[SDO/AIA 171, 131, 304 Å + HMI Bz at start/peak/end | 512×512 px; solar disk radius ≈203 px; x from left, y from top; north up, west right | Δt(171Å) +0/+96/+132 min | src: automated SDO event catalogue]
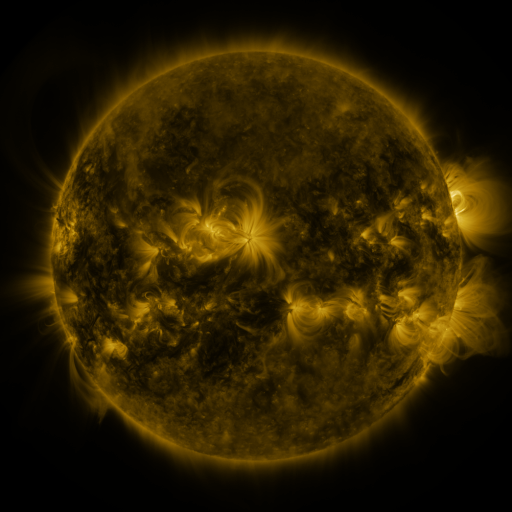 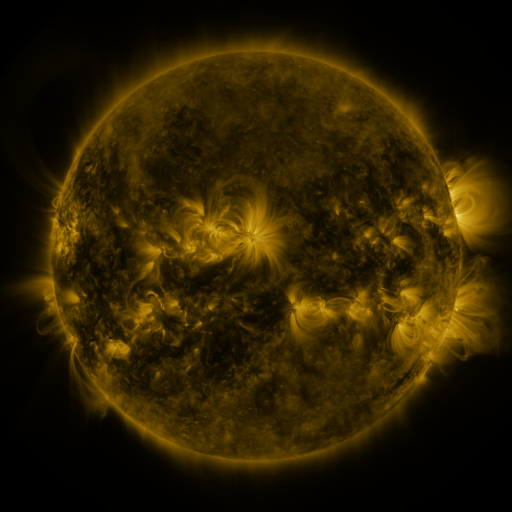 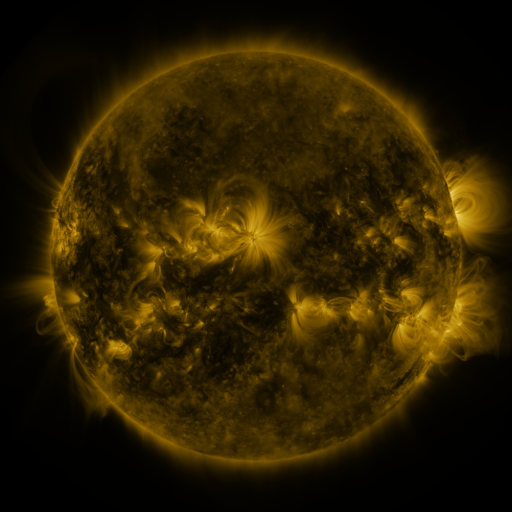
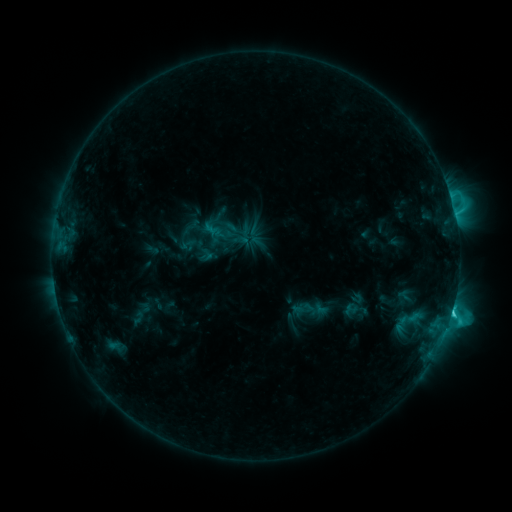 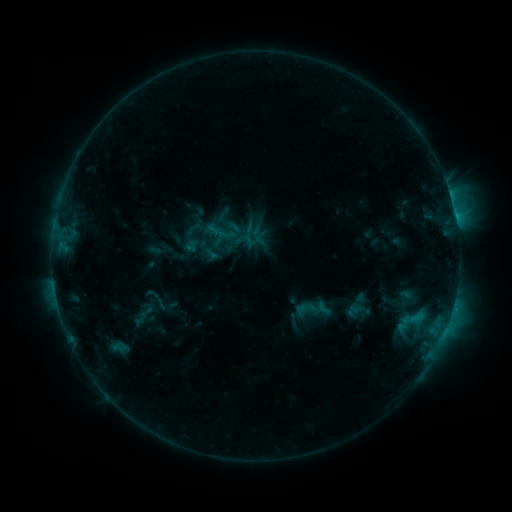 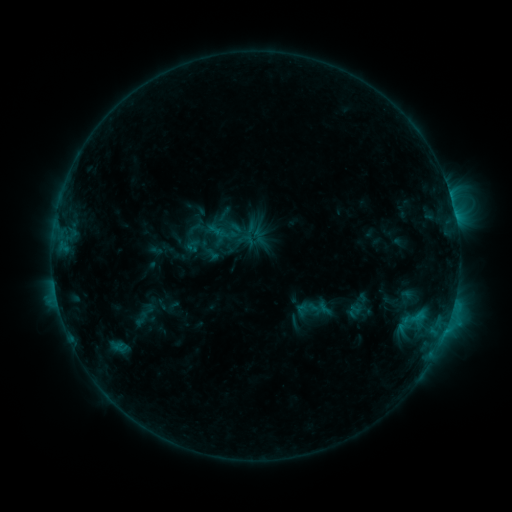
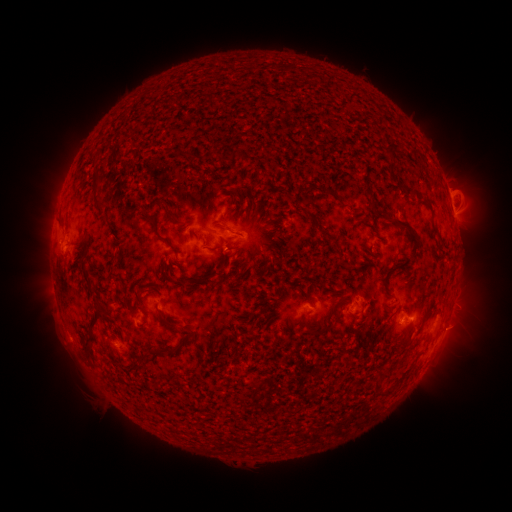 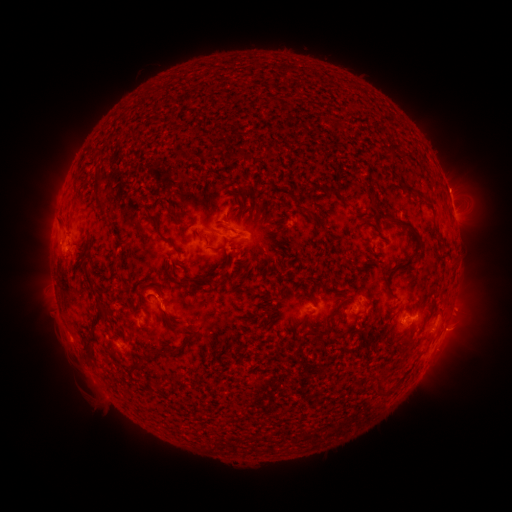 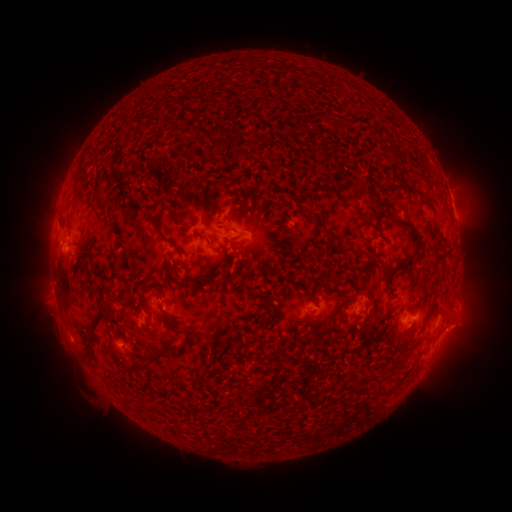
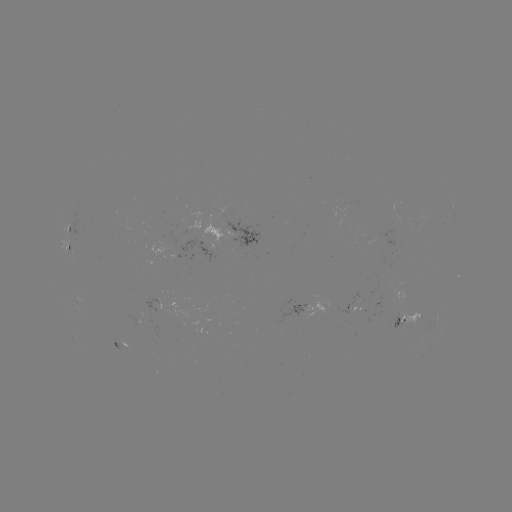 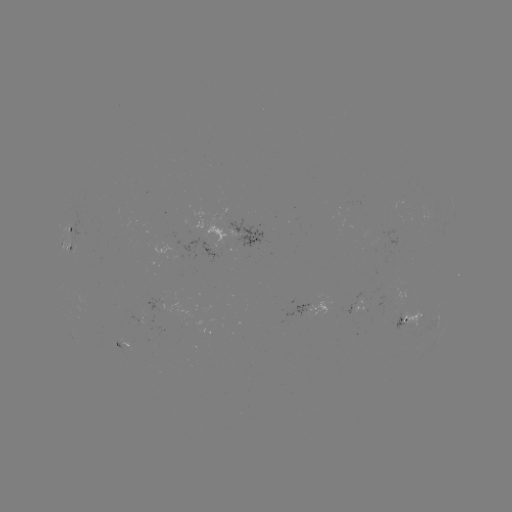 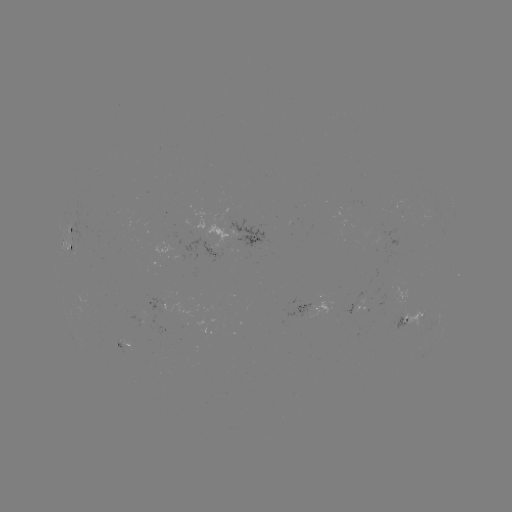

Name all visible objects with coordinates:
emerging-flux region: (364, 308)
